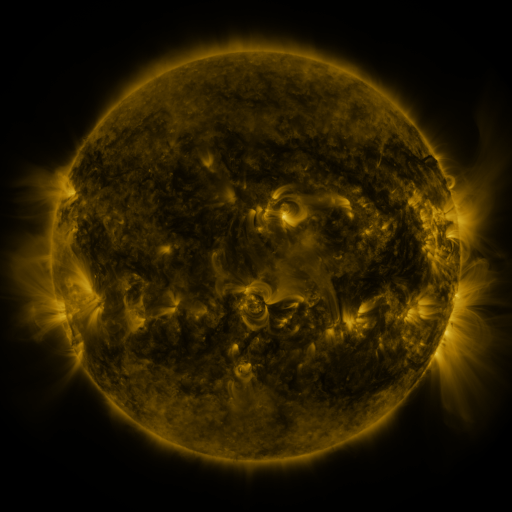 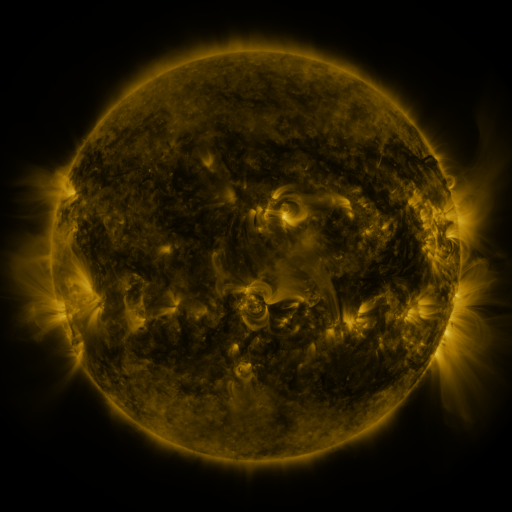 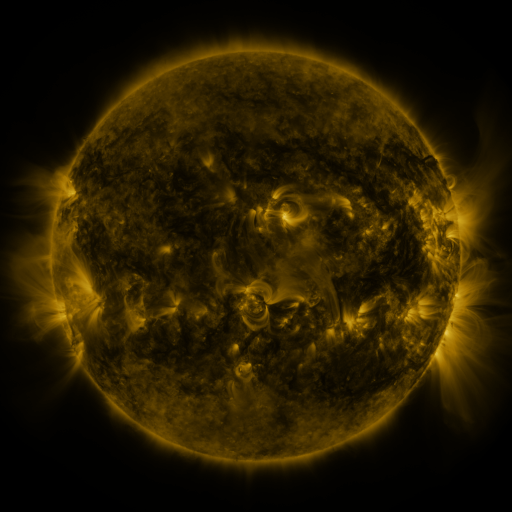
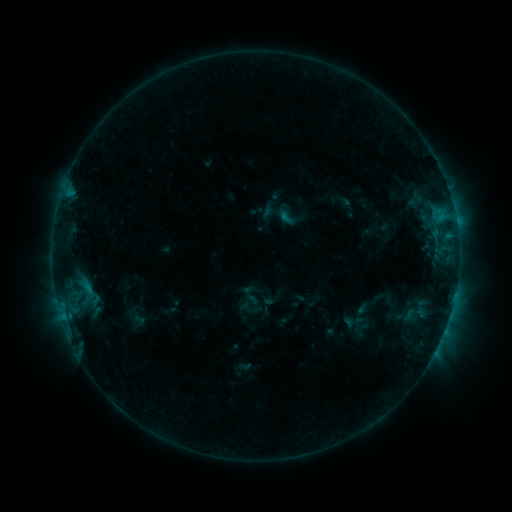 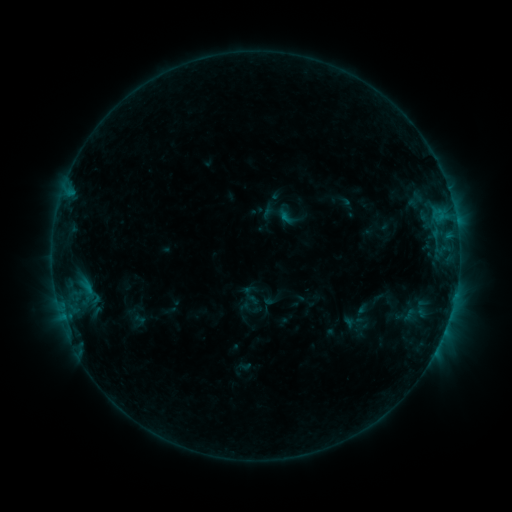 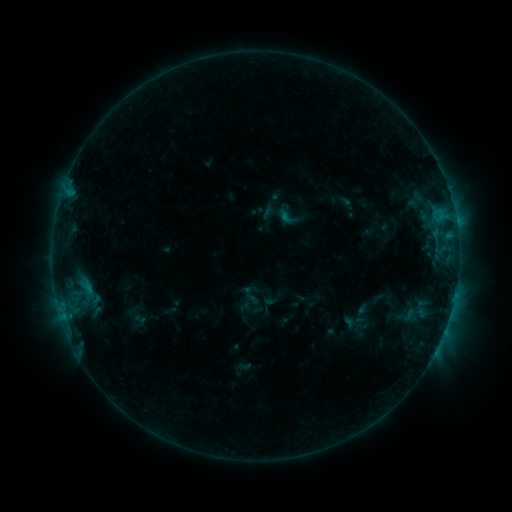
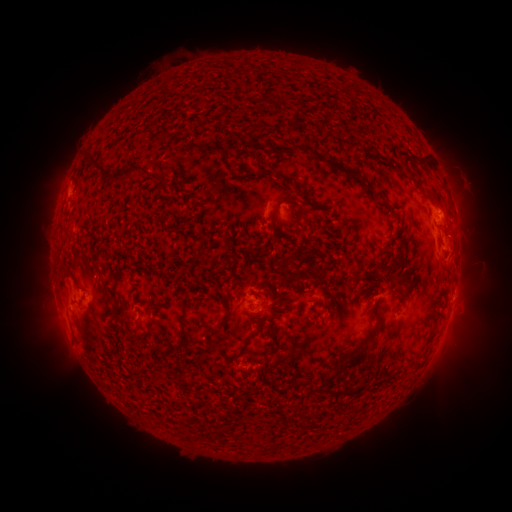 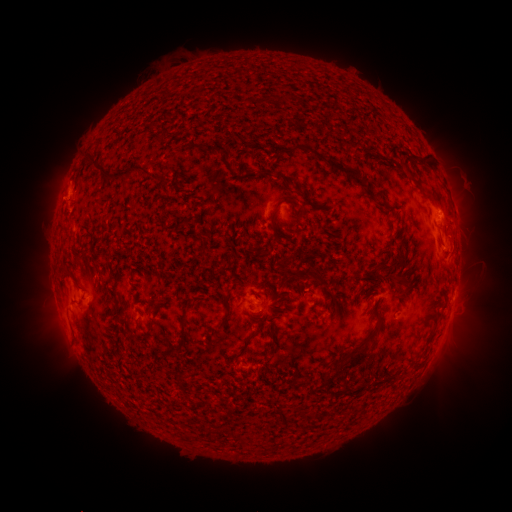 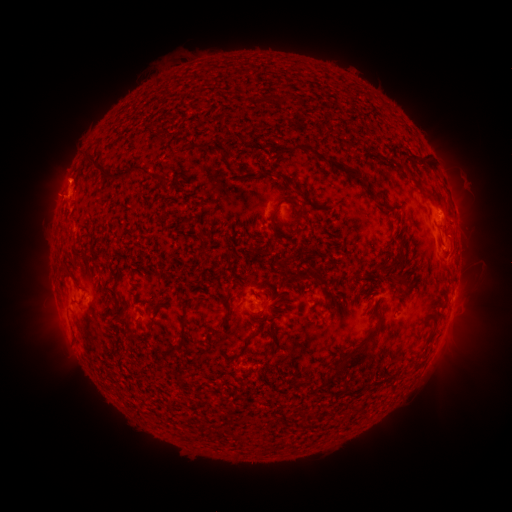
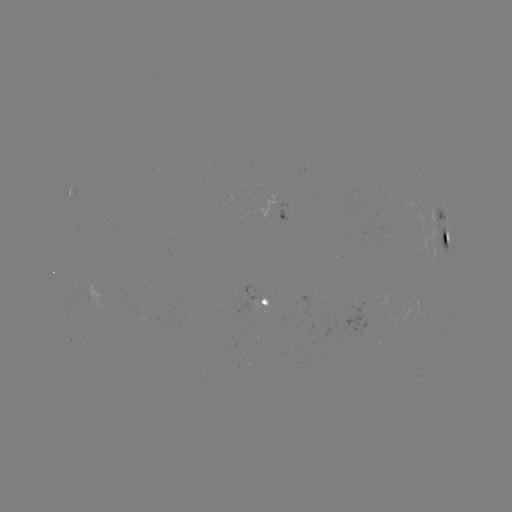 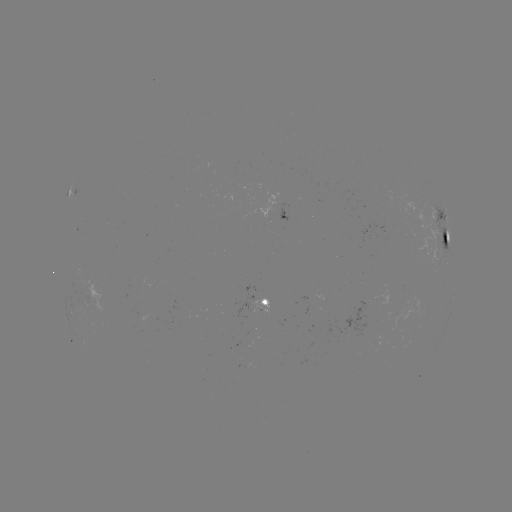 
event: eruption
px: (57, 196)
